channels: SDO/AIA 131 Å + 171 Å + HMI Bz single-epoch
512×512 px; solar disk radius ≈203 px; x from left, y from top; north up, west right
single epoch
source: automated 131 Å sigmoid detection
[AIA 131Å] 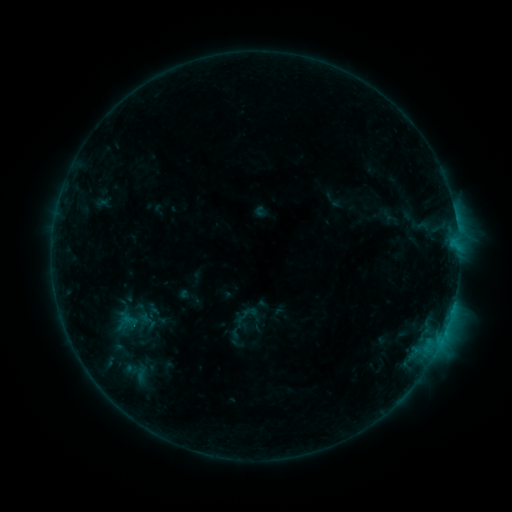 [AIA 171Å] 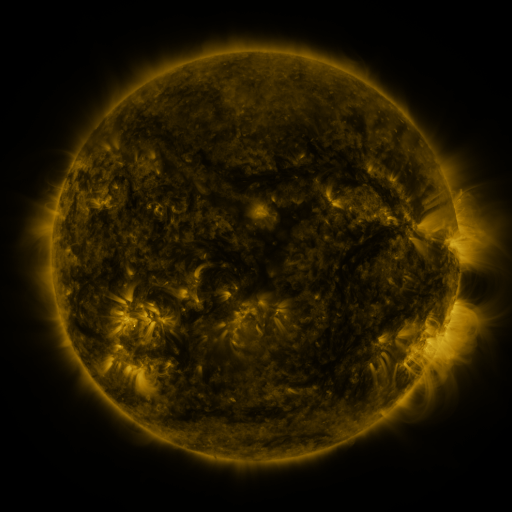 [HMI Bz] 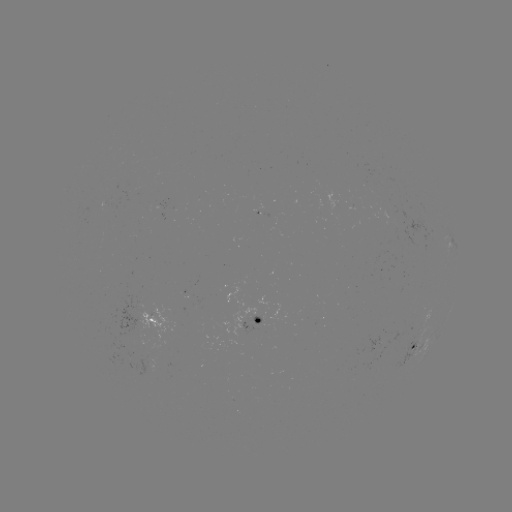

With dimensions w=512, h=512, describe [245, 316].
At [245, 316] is sigmoid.